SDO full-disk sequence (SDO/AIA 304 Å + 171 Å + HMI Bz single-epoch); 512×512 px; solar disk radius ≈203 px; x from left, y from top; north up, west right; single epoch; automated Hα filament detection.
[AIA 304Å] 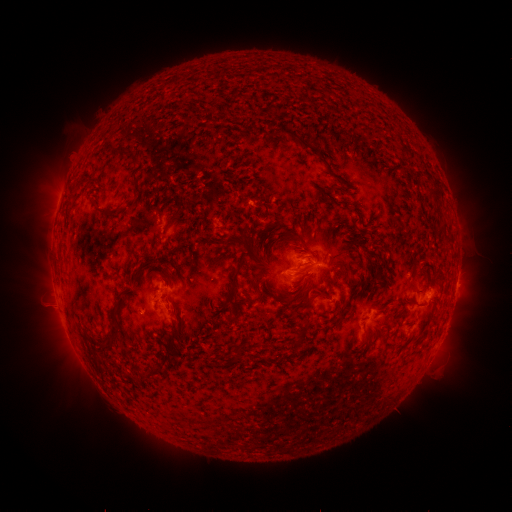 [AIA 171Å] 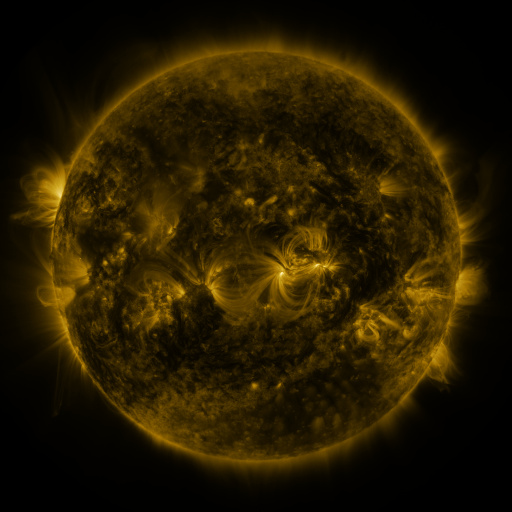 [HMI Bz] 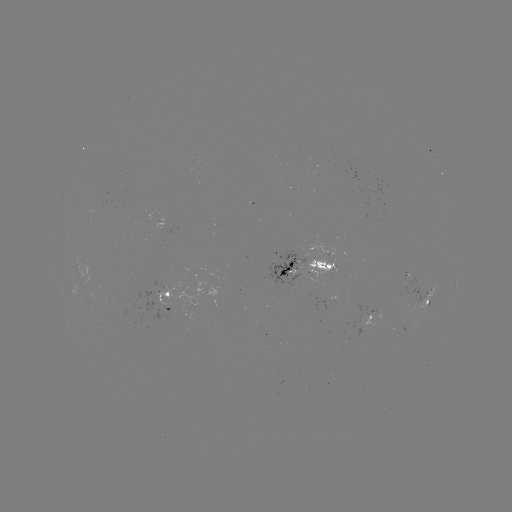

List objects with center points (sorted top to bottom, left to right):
filament: (298, 140)
filament: (131, 154)
filament: (135, 184)
filament: (107, 215)
filament: (175, 215)
filament: (248, 252)
filament: (141, 274)
filament: (166, 279)
filament: (234, 280)
filament: (353, 307)
filament: (114, 320)
filament: (308, 322)
filament: (175, 335)
filament: (300, 337)
filament: (240, 354)
filament: (160, 372)
